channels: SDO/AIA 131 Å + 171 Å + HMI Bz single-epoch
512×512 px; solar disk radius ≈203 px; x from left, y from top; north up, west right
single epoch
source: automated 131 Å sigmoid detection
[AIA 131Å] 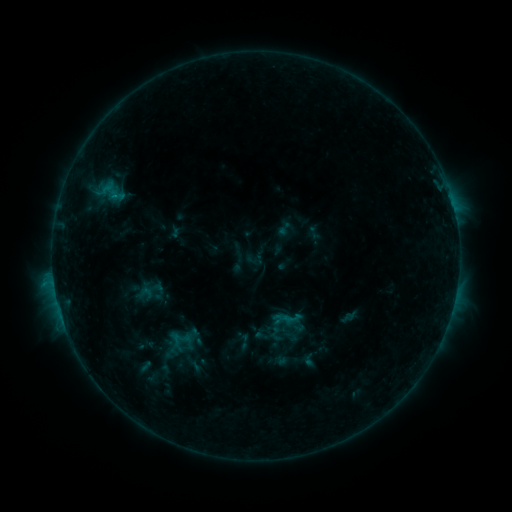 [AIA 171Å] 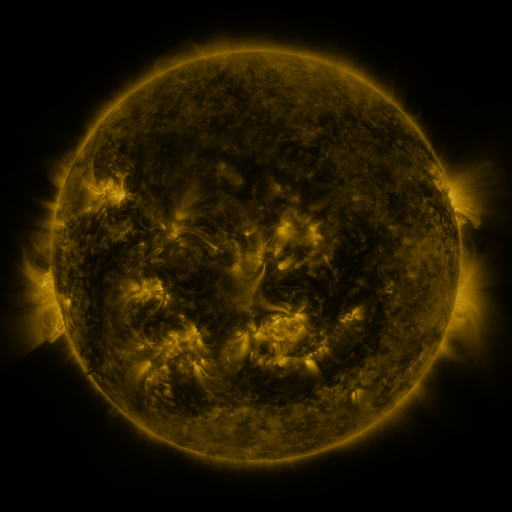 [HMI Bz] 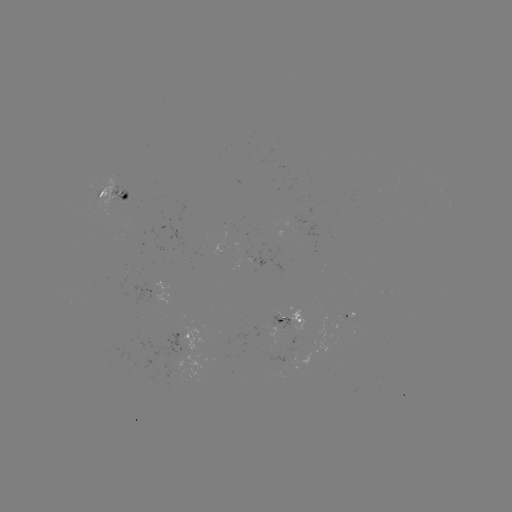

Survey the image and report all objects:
sigmoid: (286, 317)
